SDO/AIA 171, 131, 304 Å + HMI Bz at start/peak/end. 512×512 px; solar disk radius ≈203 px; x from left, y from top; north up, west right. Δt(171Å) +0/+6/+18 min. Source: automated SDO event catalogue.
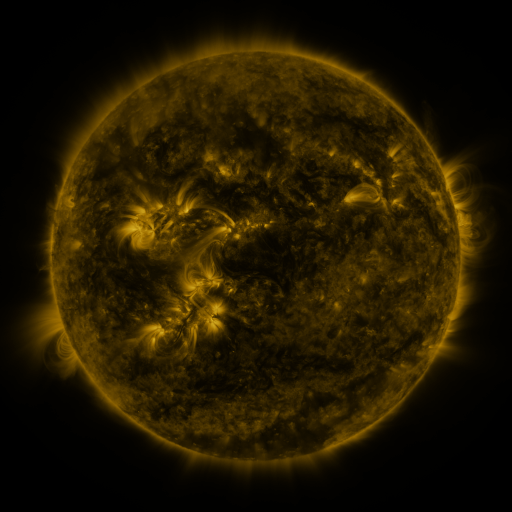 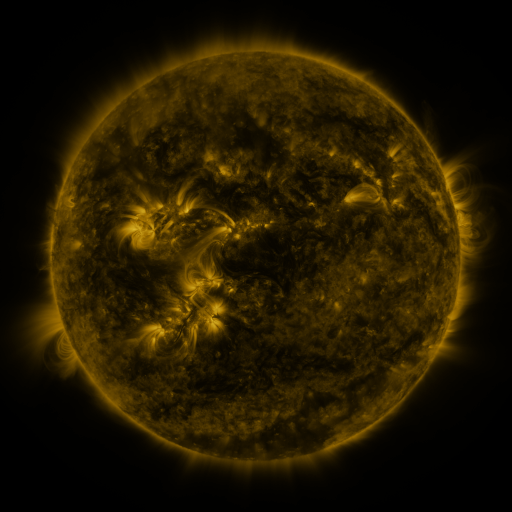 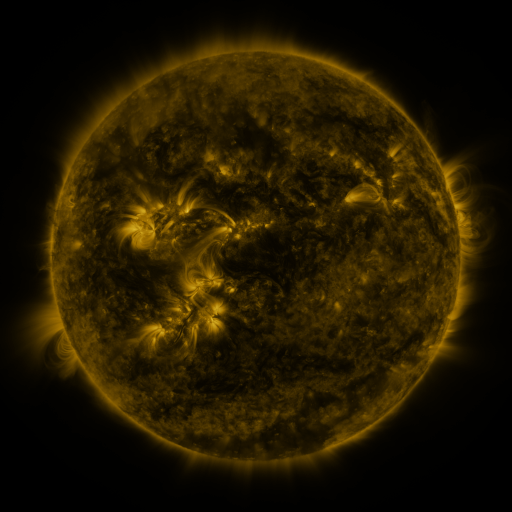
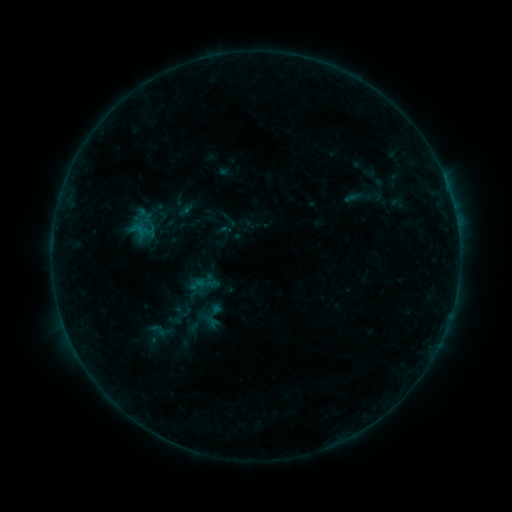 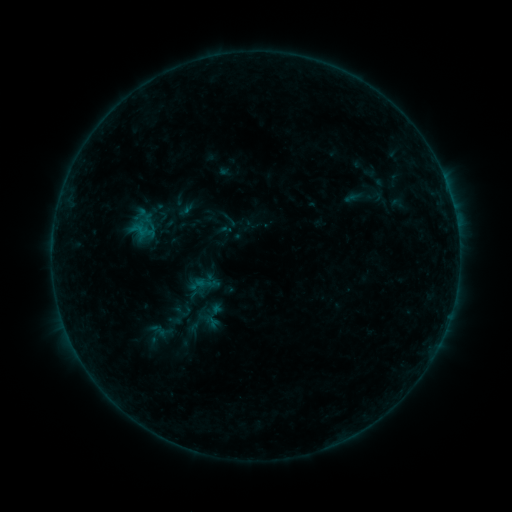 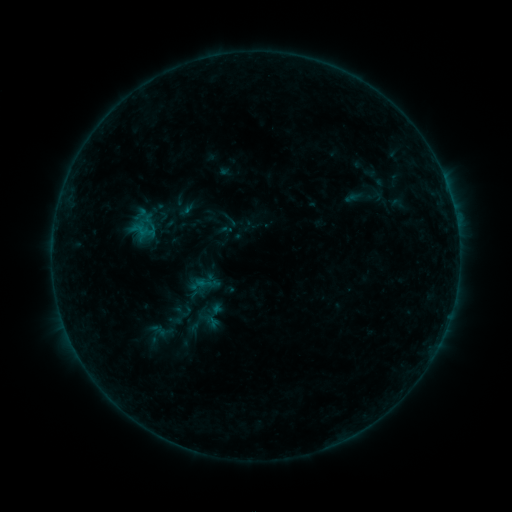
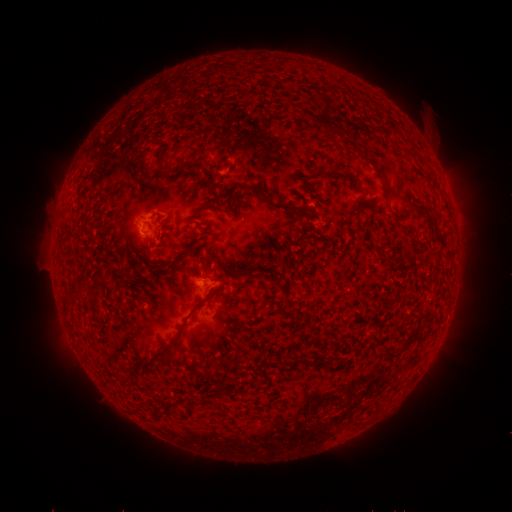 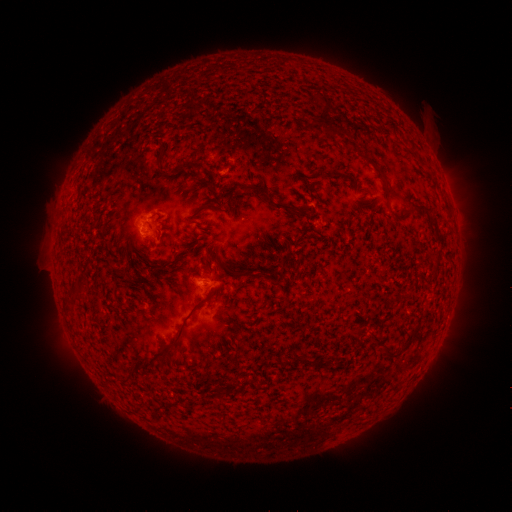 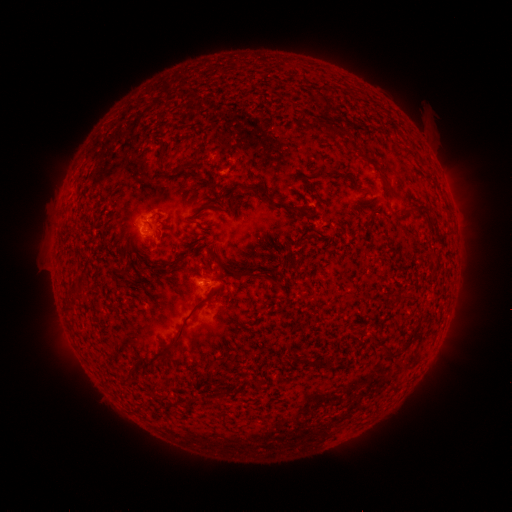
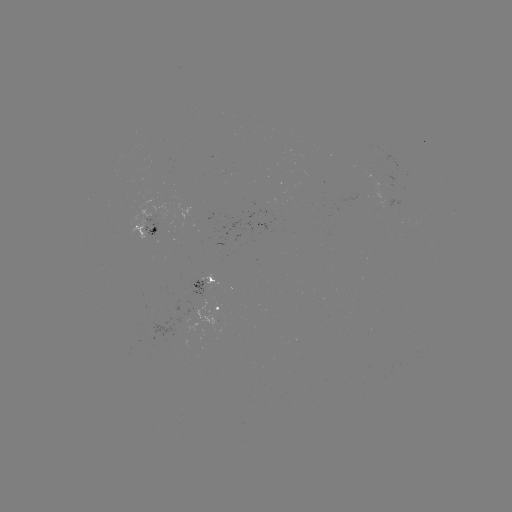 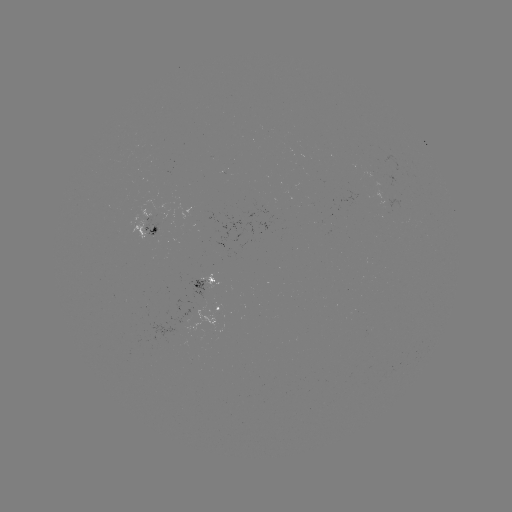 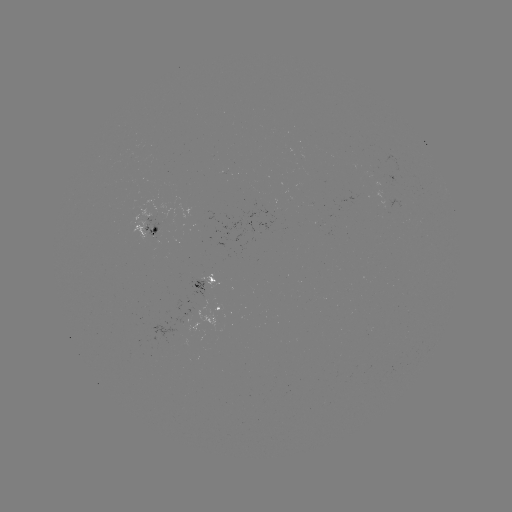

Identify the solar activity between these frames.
no flare in any classed list; no EUV-trigger detection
